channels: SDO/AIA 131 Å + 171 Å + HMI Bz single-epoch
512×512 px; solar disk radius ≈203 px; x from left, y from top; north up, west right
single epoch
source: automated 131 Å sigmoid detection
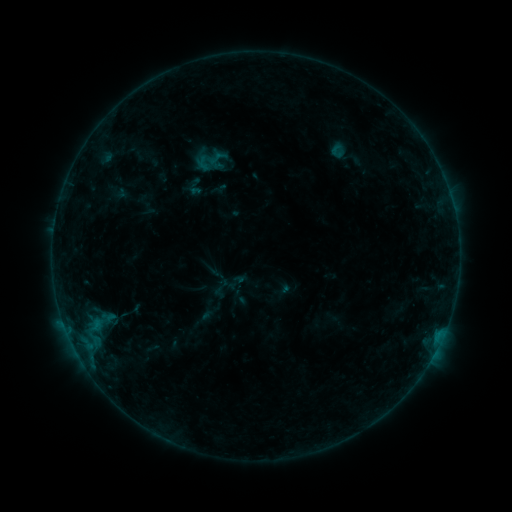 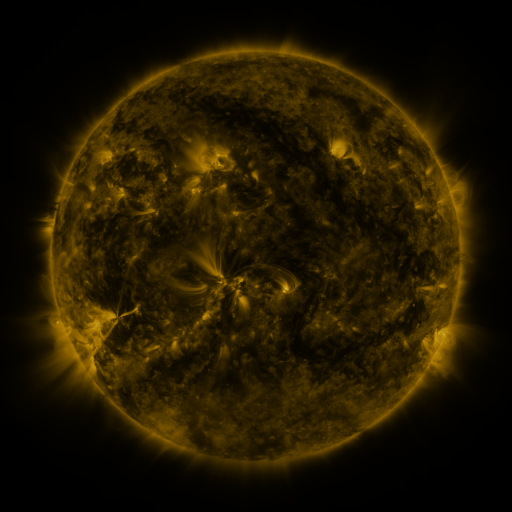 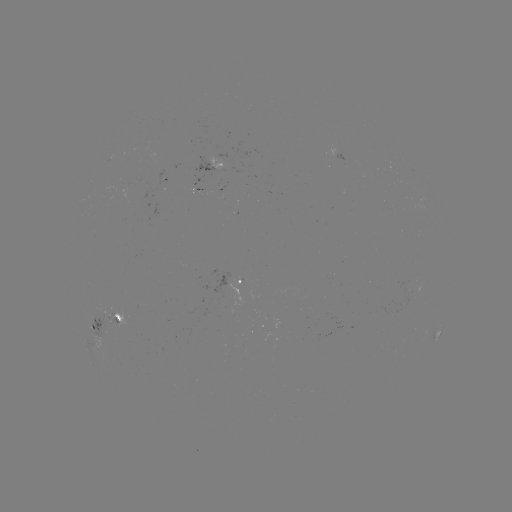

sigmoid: (326, 143, 348, 160)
